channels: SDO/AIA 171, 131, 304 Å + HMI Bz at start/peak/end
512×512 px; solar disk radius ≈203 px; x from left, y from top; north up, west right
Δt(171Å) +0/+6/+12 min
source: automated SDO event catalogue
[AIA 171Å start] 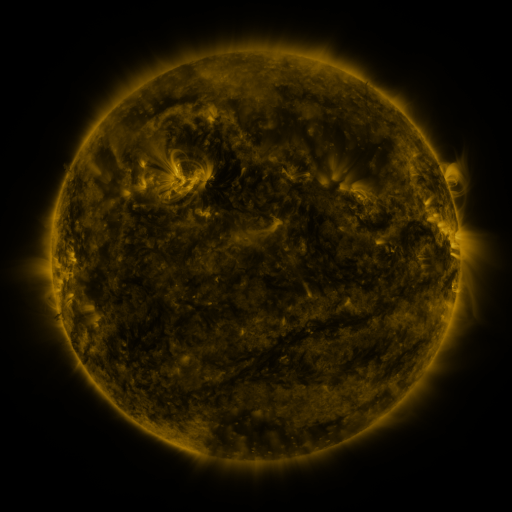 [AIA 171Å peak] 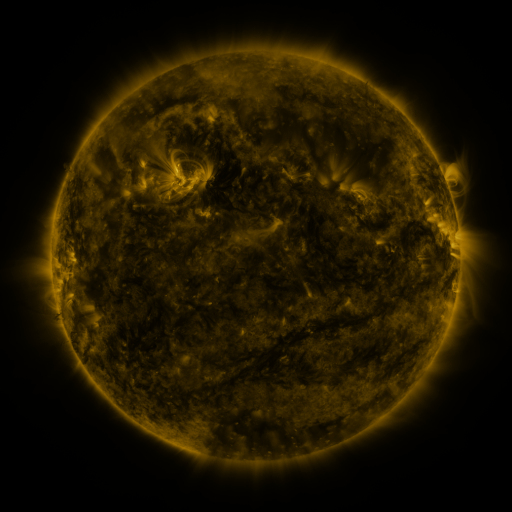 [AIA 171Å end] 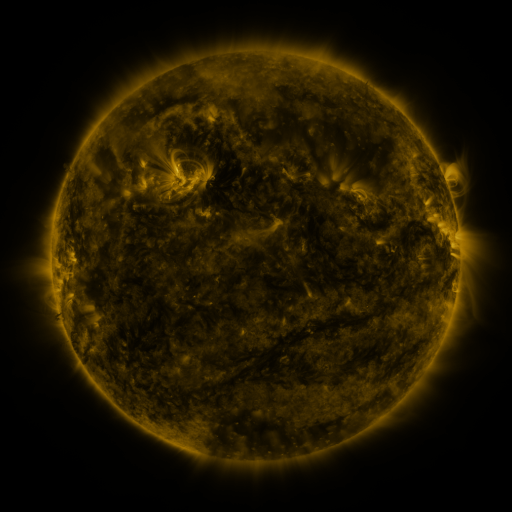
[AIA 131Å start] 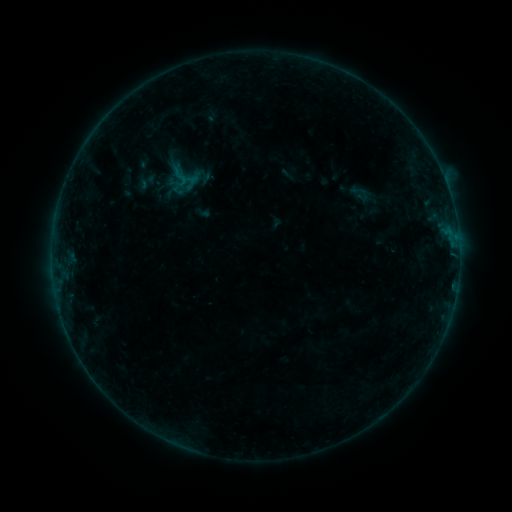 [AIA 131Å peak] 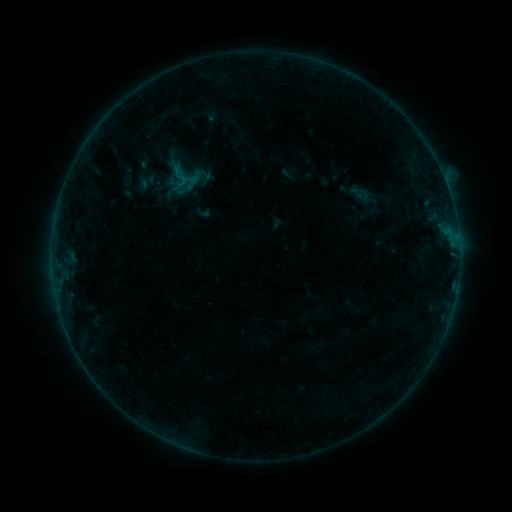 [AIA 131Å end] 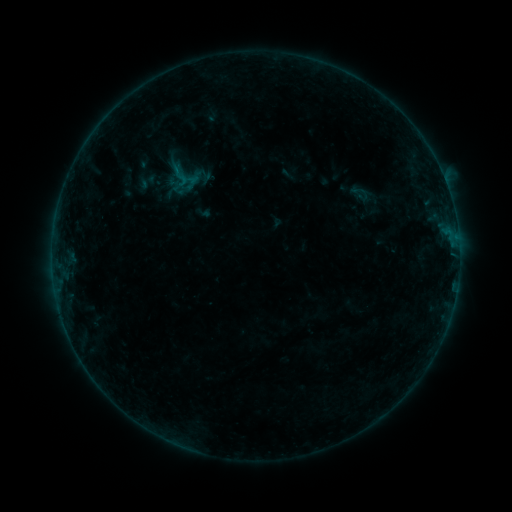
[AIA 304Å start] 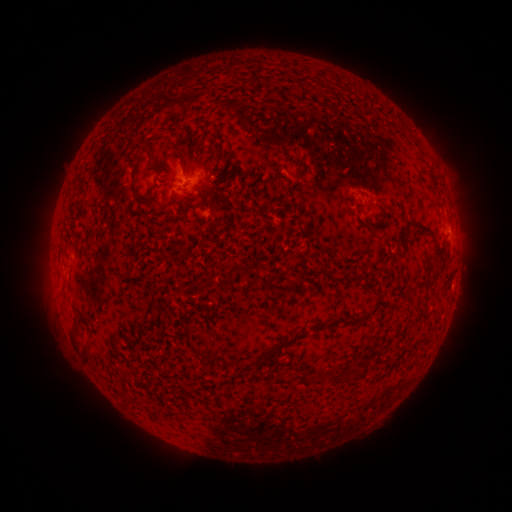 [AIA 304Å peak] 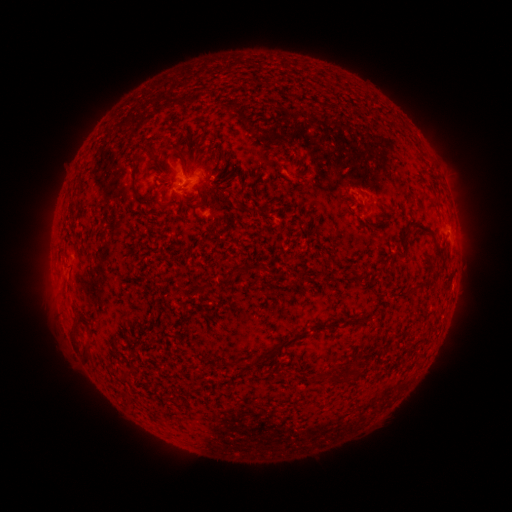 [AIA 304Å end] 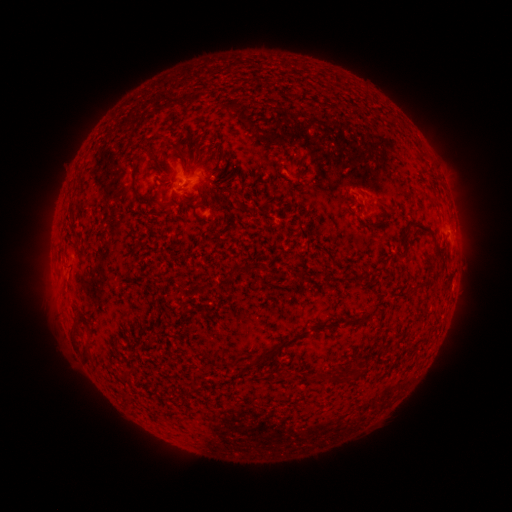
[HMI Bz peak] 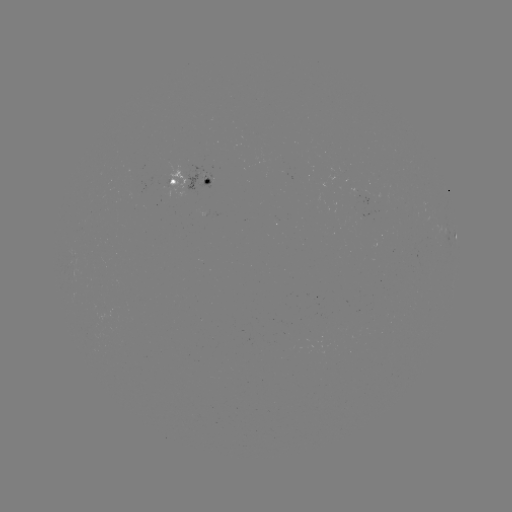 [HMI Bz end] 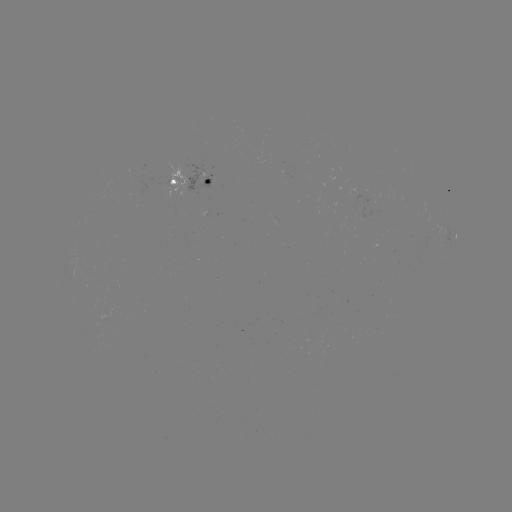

nothing was catalogued: no classed flare, no EUV trigger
